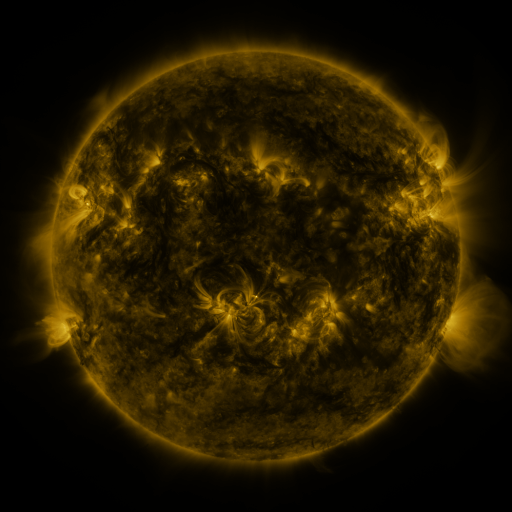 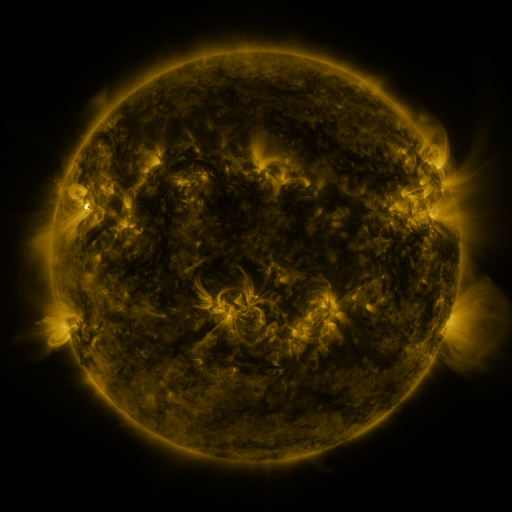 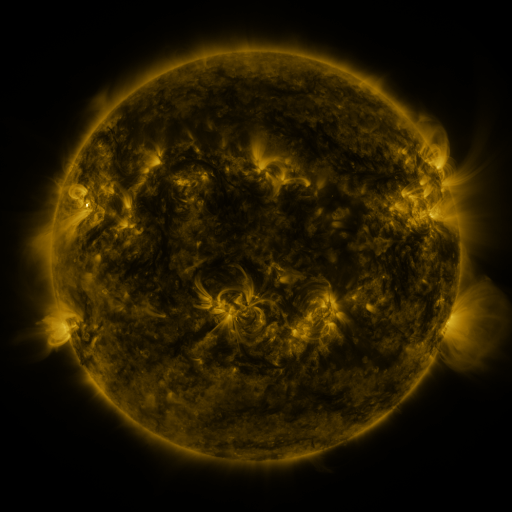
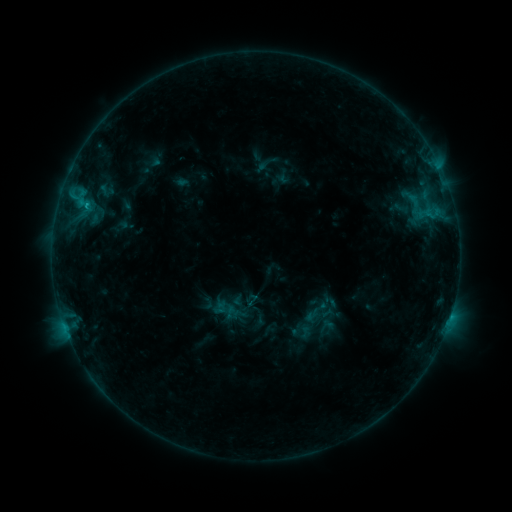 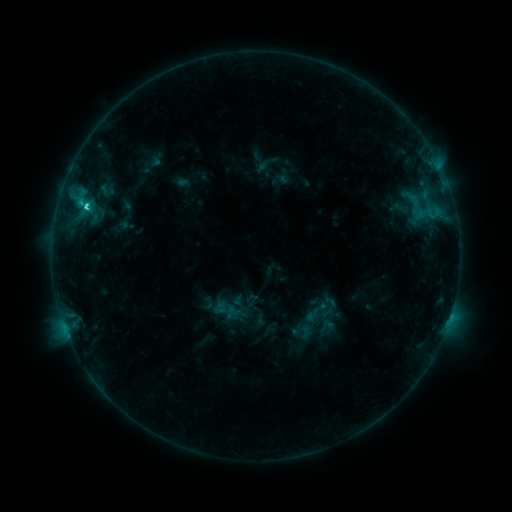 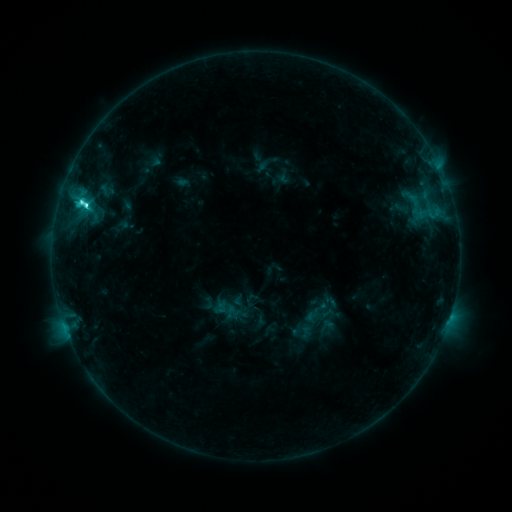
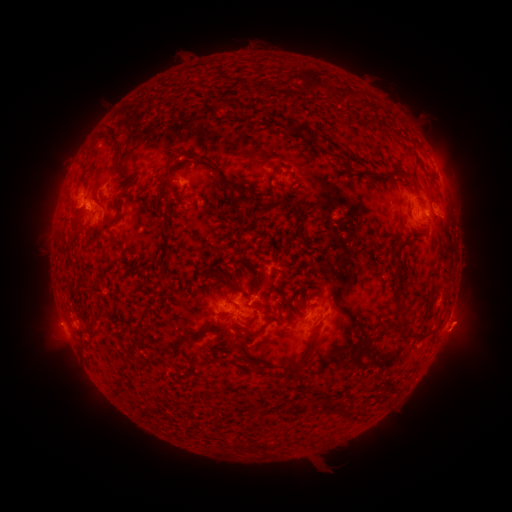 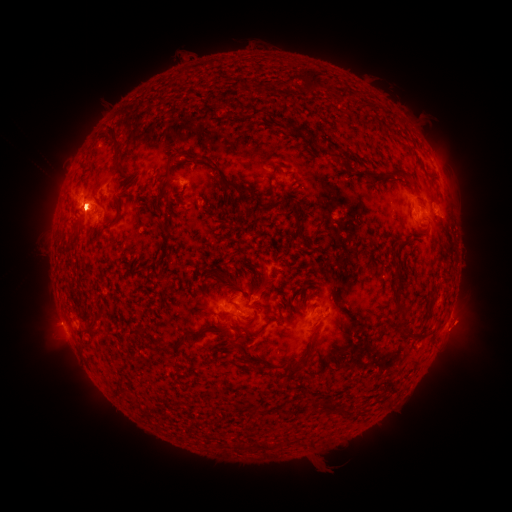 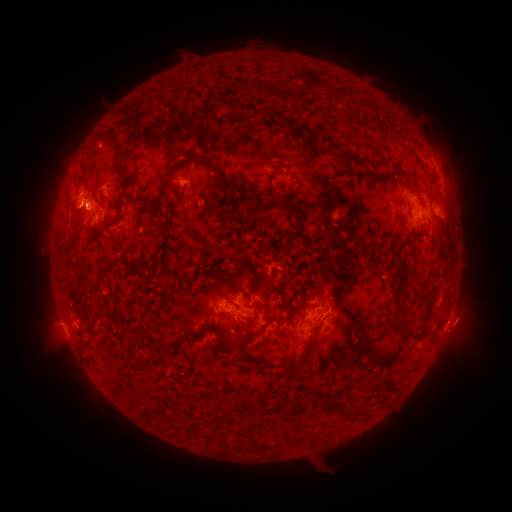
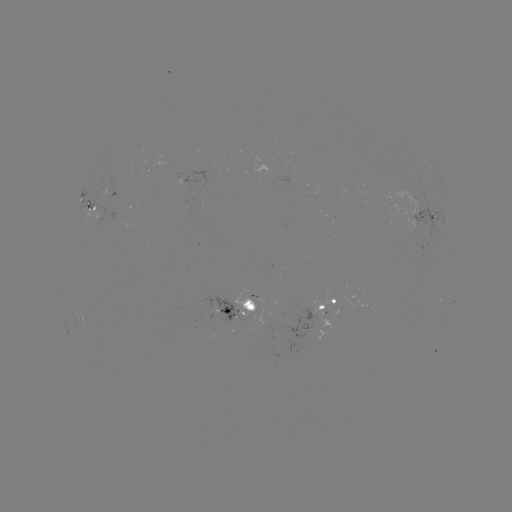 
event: flare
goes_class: C8.0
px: (87, 206)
